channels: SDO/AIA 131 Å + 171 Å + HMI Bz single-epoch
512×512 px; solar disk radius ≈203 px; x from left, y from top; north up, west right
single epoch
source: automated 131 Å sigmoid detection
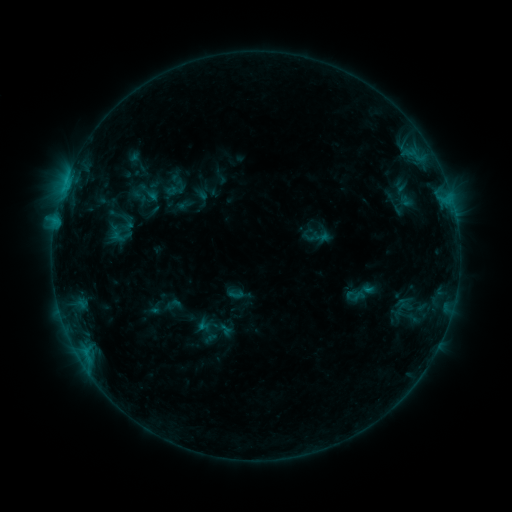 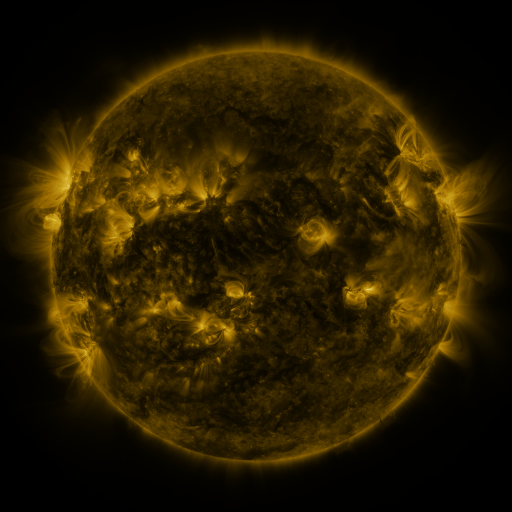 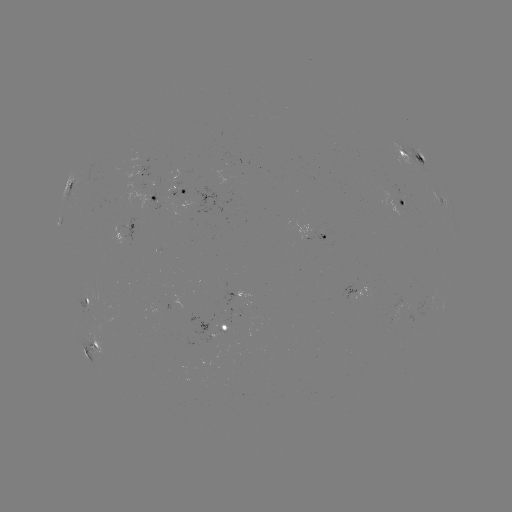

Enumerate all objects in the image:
sigmoid: (112, 226, 130, 245)
